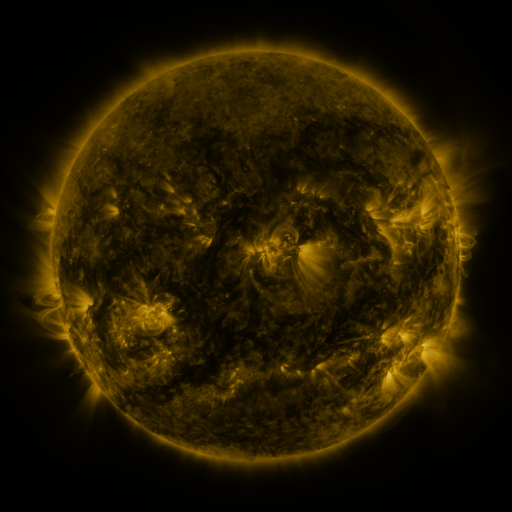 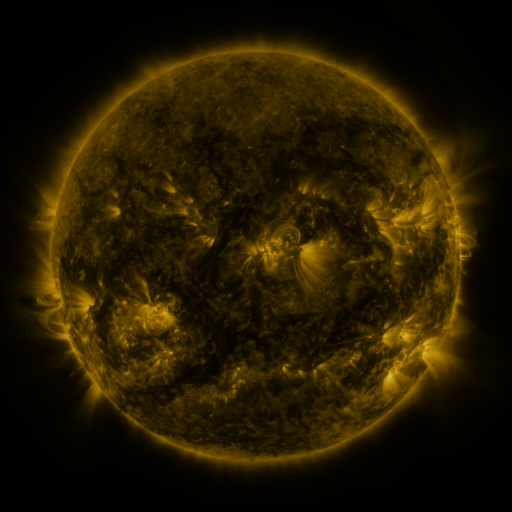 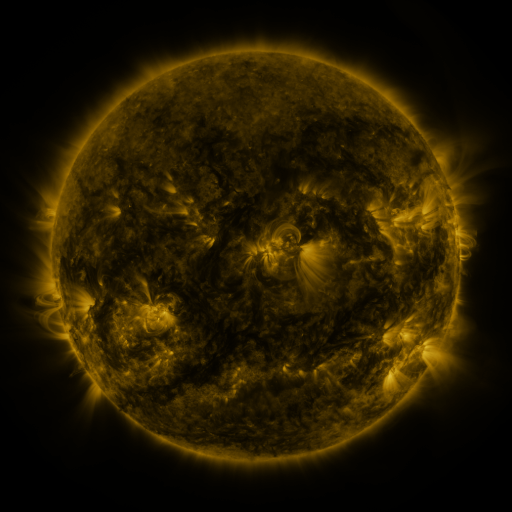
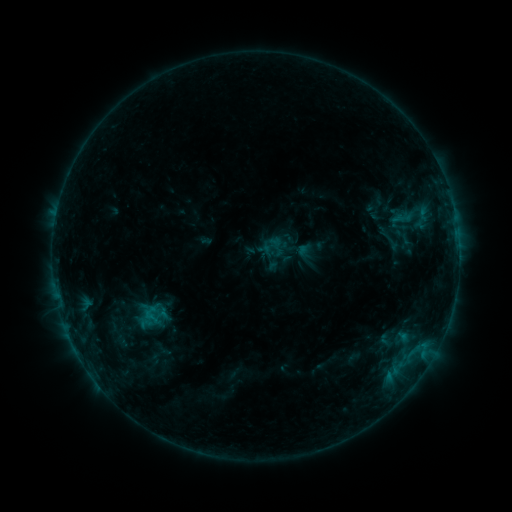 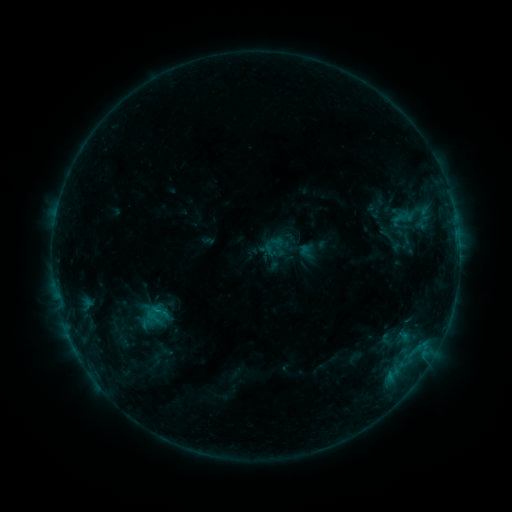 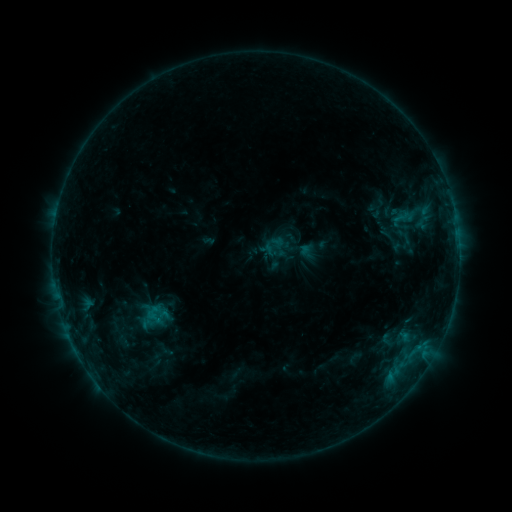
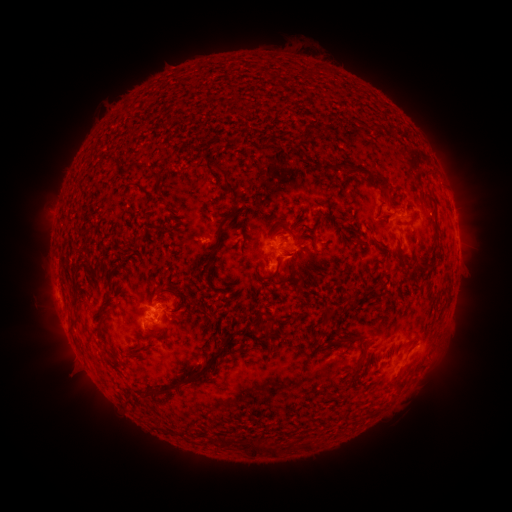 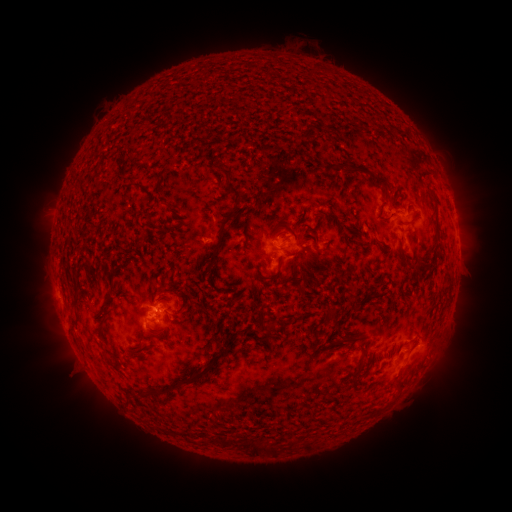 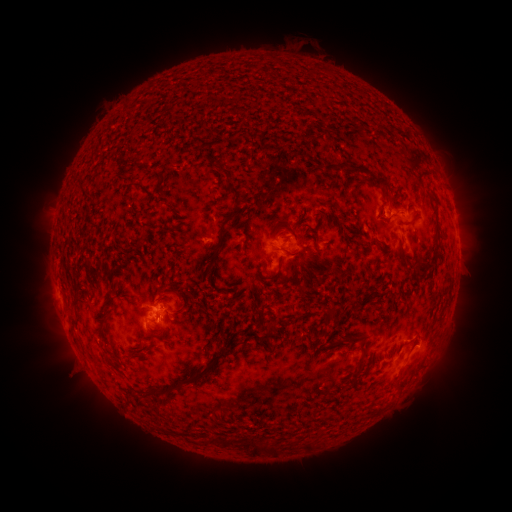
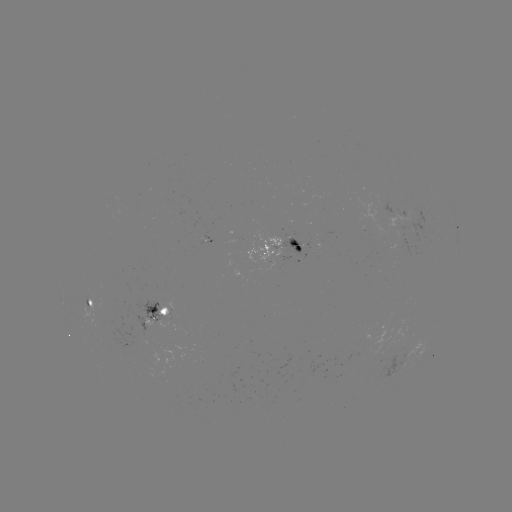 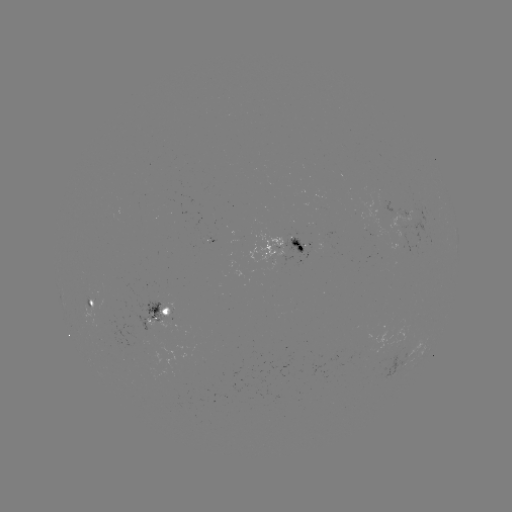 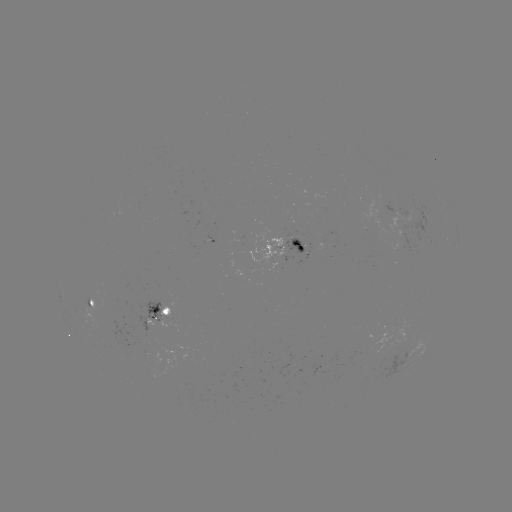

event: emerging-flux region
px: (90, 303)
